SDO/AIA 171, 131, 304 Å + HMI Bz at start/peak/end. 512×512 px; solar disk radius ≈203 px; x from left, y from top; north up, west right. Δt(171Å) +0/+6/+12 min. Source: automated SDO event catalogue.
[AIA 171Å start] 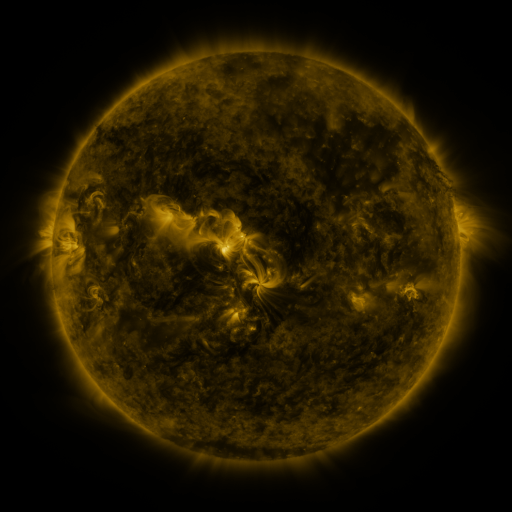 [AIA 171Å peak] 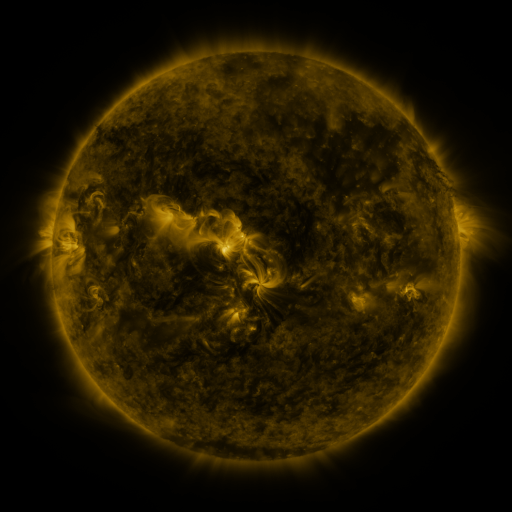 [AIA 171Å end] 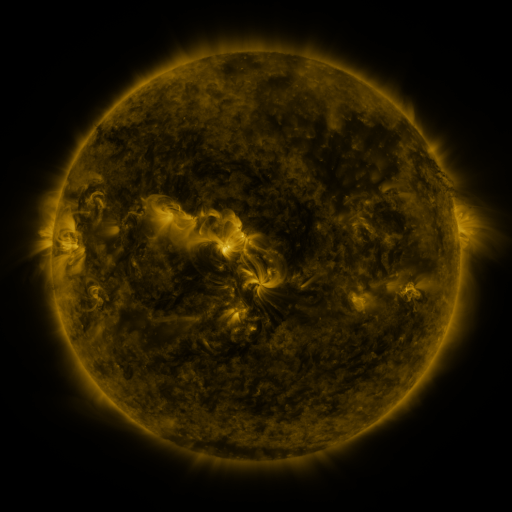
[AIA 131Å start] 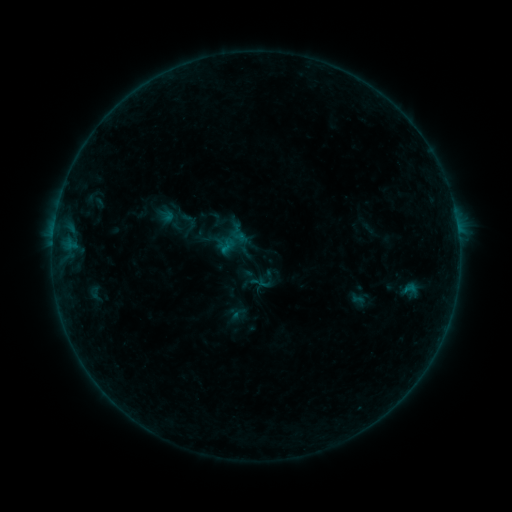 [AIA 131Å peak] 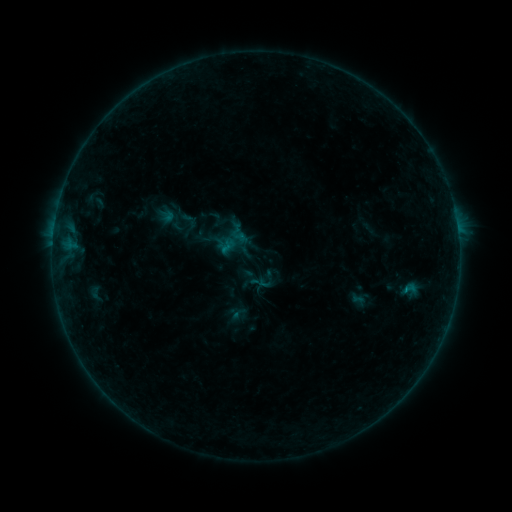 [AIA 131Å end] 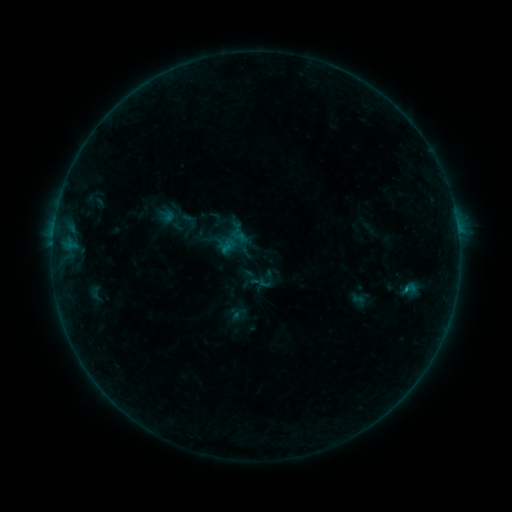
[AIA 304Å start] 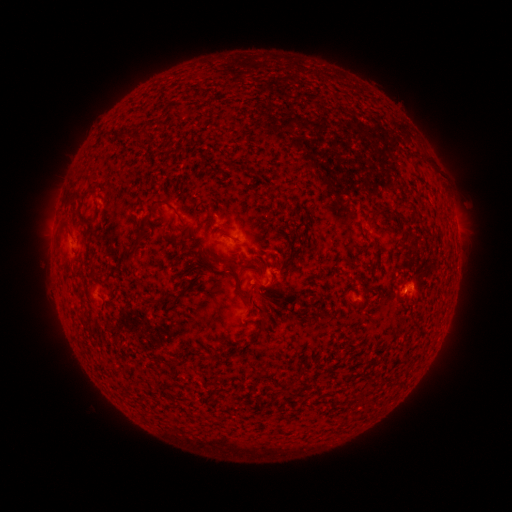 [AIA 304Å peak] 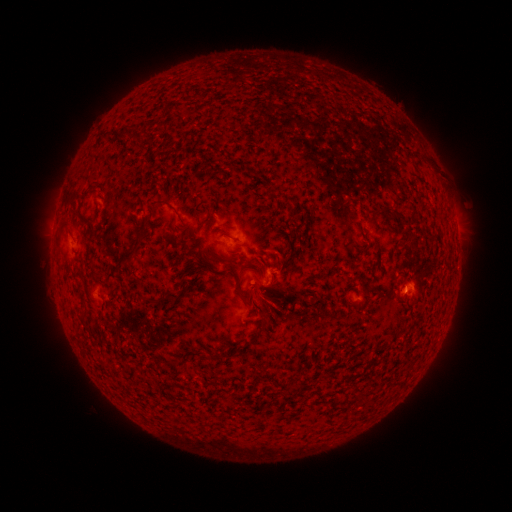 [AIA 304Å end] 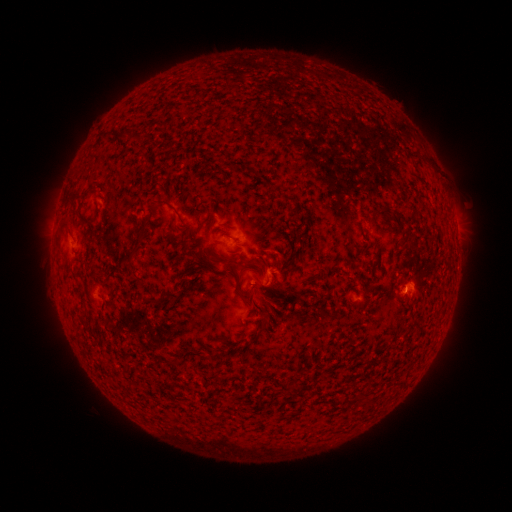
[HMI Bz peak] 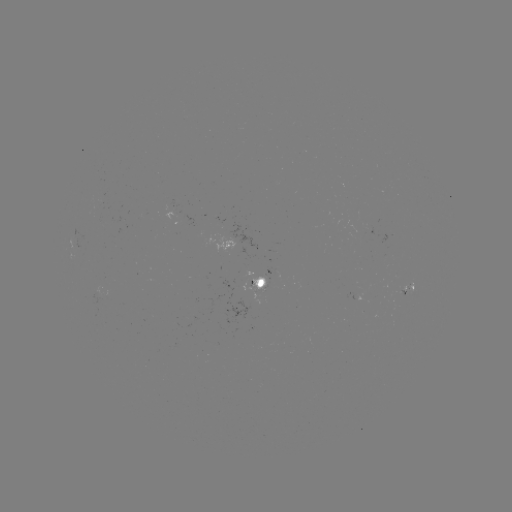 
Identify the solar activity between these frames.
B2.6 flare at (403, 287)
